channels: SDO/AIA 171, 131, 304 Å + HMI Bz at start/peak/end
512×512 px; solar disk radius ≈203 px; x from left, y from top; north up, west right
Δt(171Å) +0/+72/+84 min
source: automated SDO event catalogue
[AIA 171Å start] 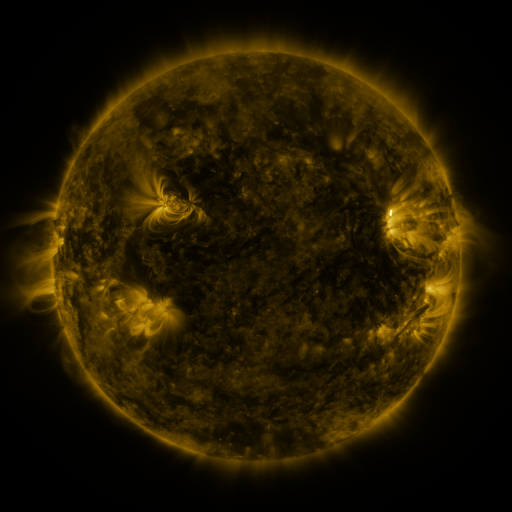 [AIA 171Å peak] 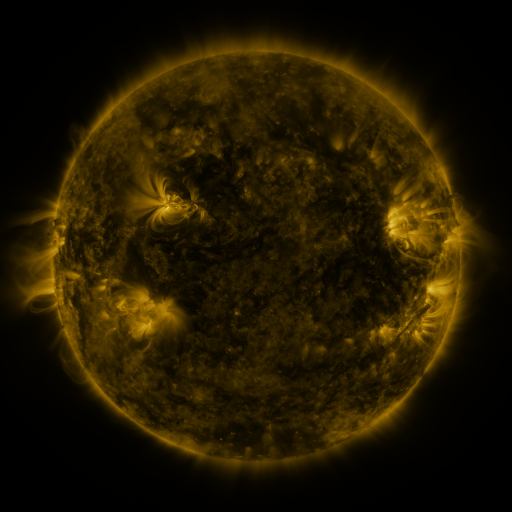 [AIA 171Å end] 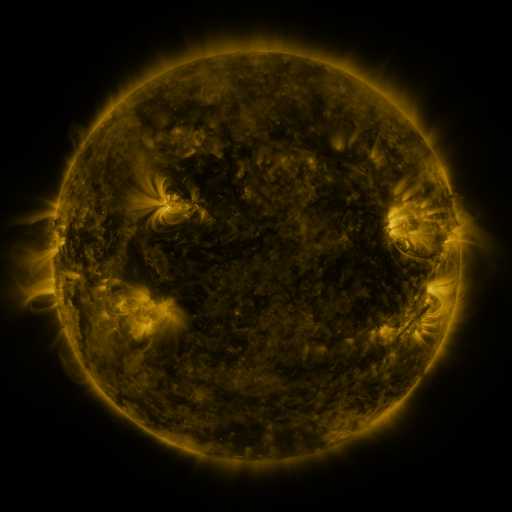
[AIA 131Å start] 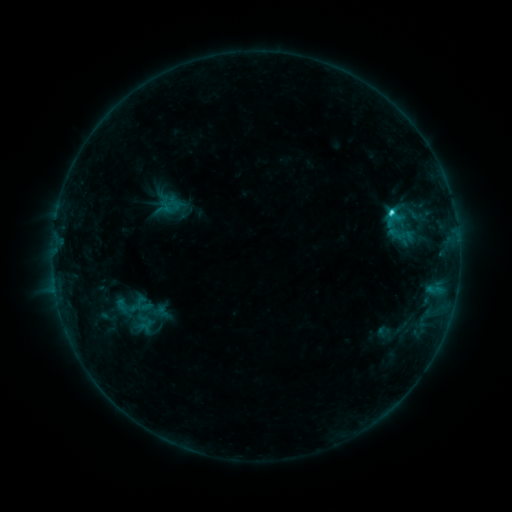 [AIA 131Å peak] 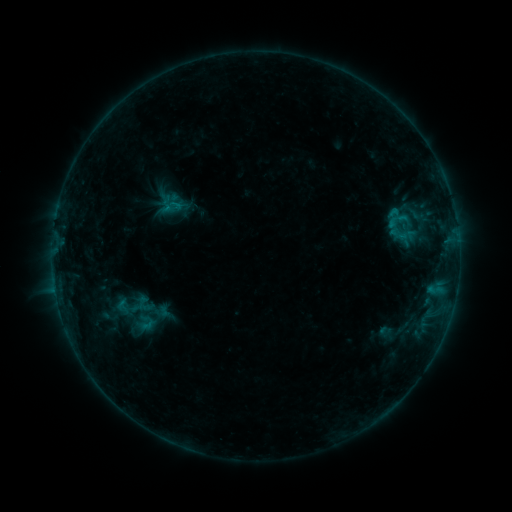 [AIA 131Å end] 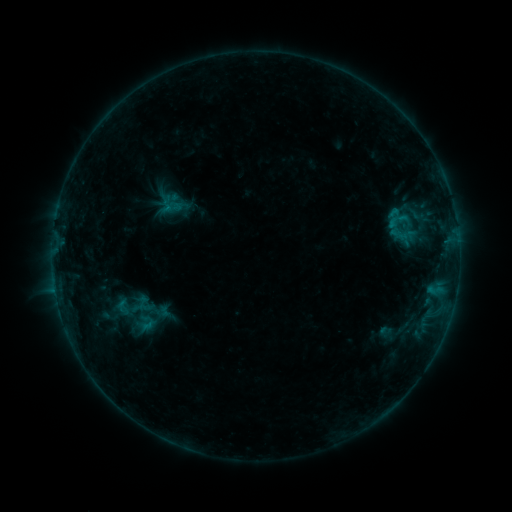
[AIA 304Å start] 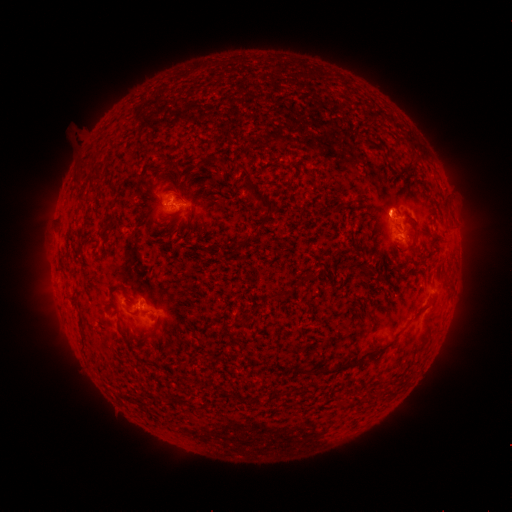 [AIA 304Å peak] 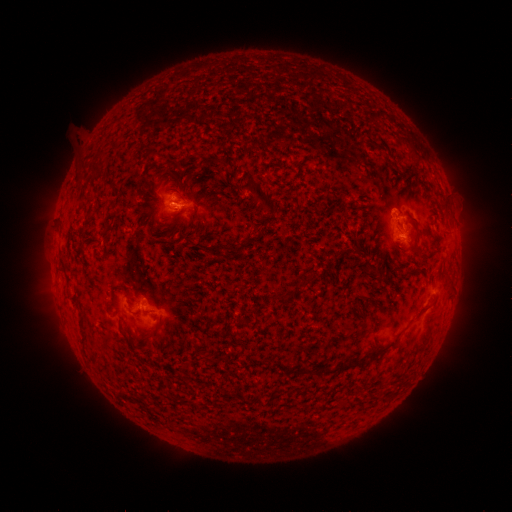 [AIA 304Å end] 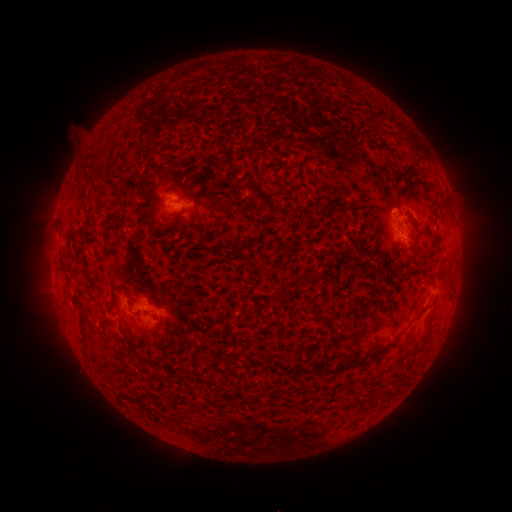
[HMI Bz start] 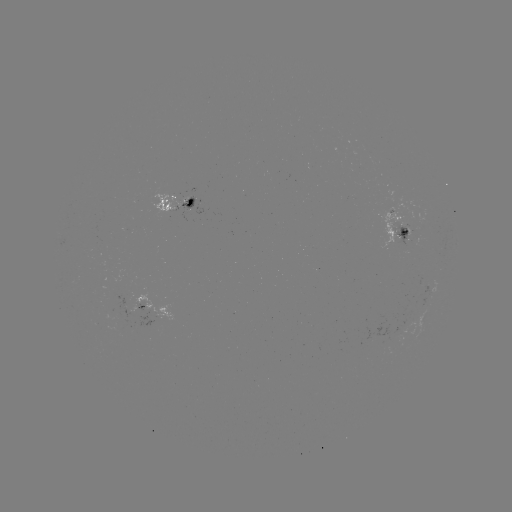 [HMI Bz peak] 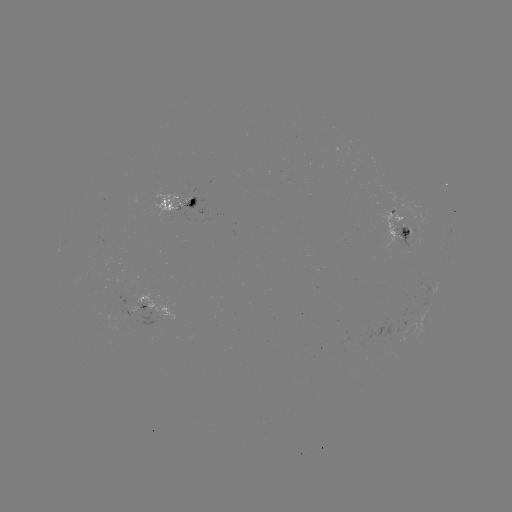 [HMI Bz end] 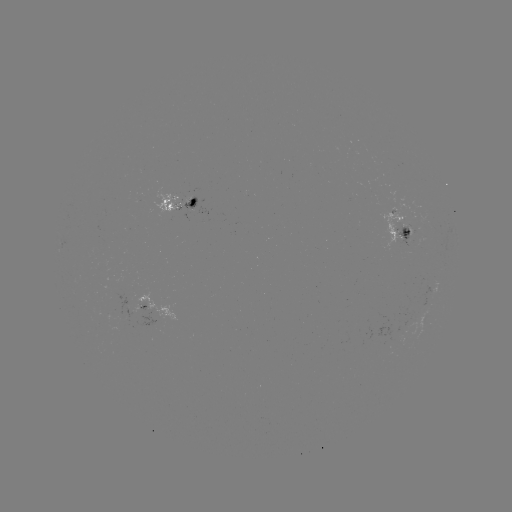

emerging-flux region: [393, 223, 409, 247]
